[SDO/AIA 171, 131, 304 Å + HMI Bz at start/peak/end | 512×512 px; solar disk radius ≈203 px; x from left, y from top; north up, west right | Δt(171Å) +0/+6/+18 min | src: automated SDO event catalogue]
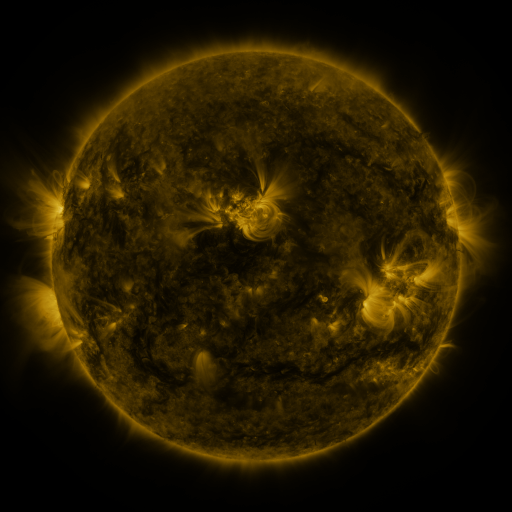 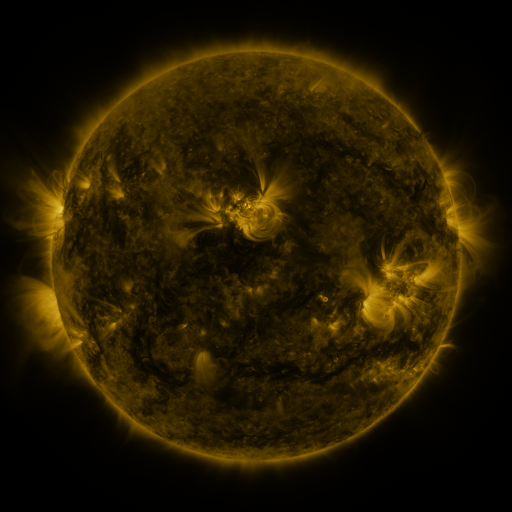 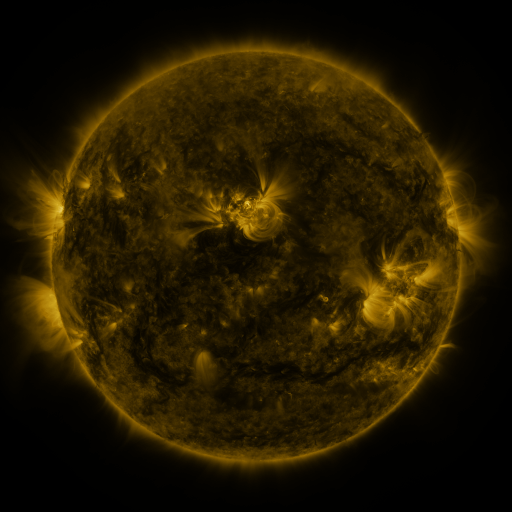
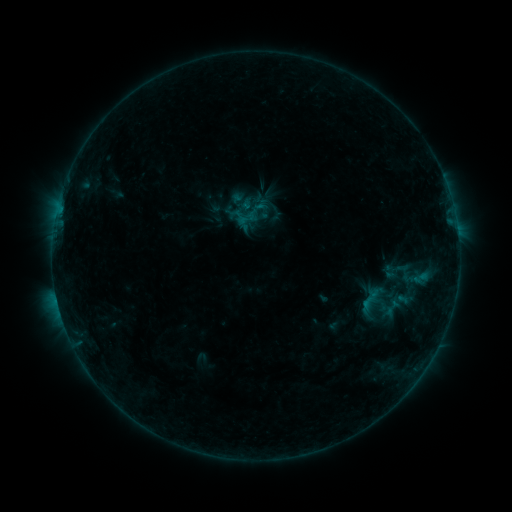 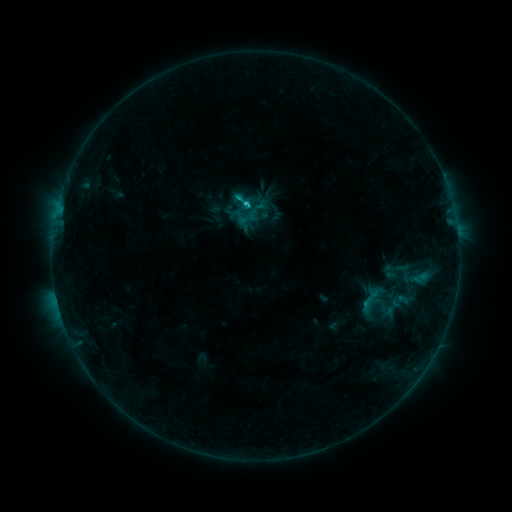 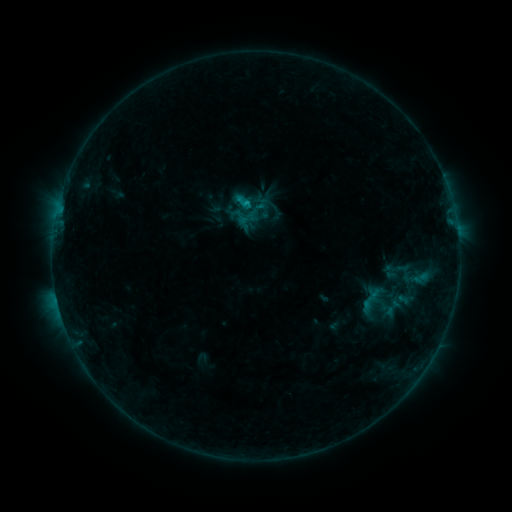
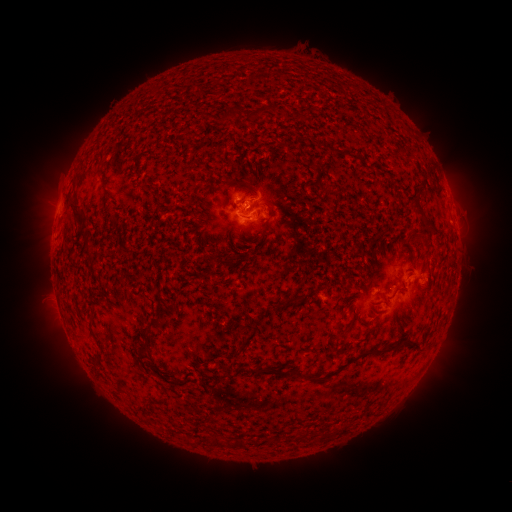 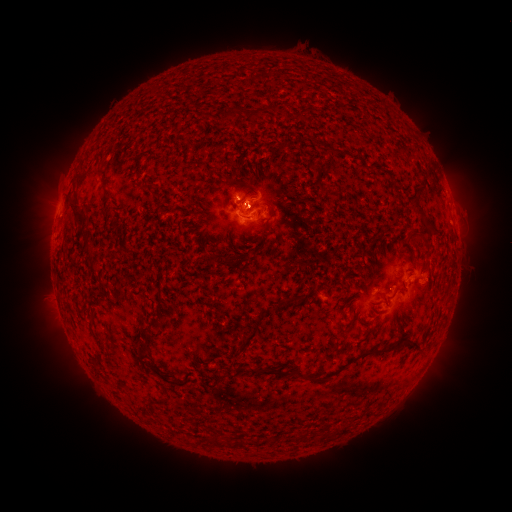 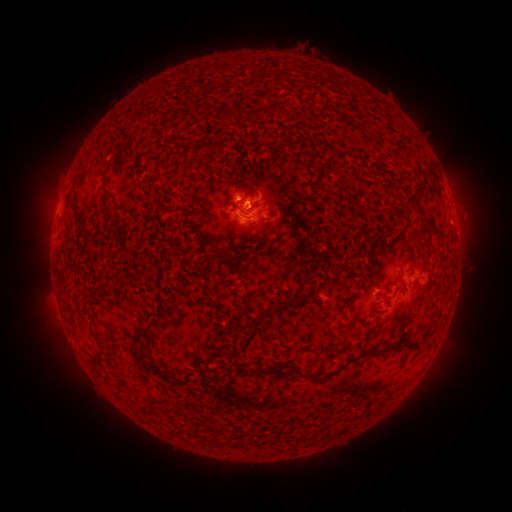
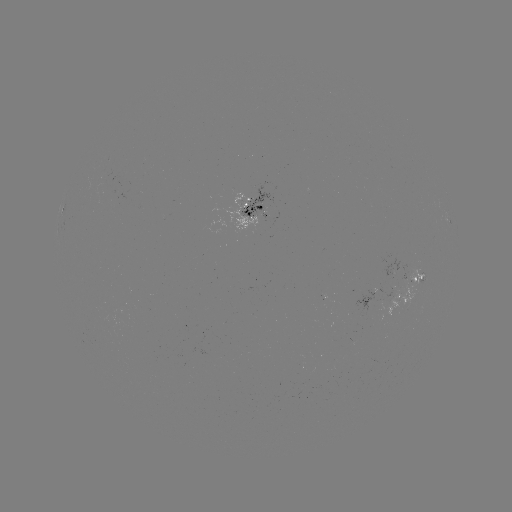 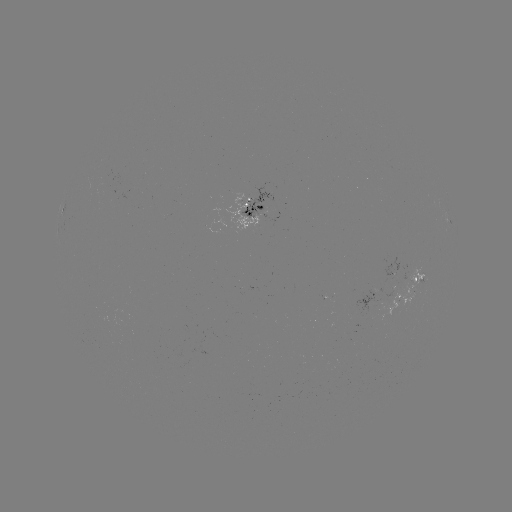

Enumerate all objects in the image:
C1.7 flare: (249, 206)
